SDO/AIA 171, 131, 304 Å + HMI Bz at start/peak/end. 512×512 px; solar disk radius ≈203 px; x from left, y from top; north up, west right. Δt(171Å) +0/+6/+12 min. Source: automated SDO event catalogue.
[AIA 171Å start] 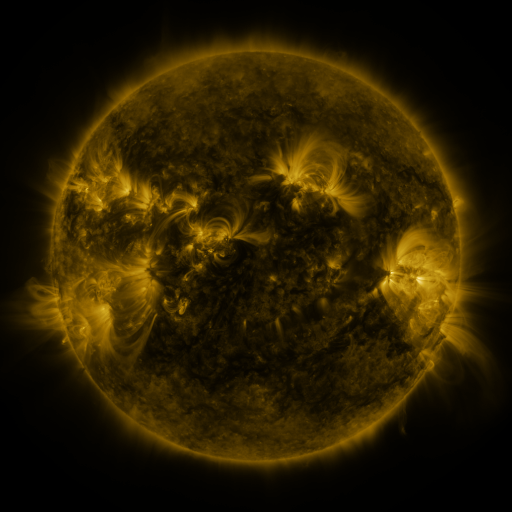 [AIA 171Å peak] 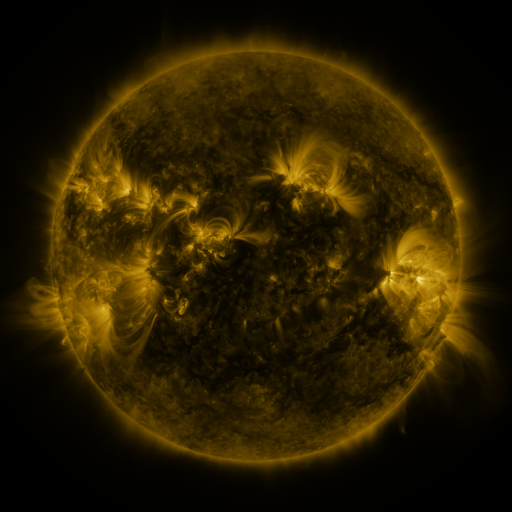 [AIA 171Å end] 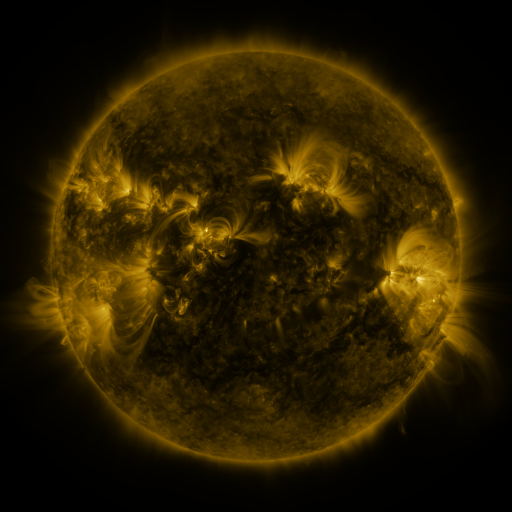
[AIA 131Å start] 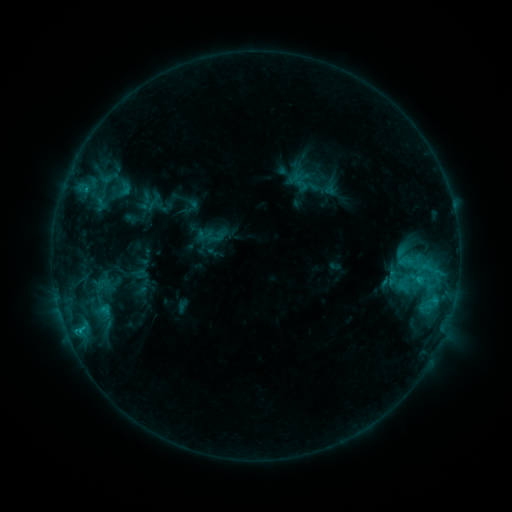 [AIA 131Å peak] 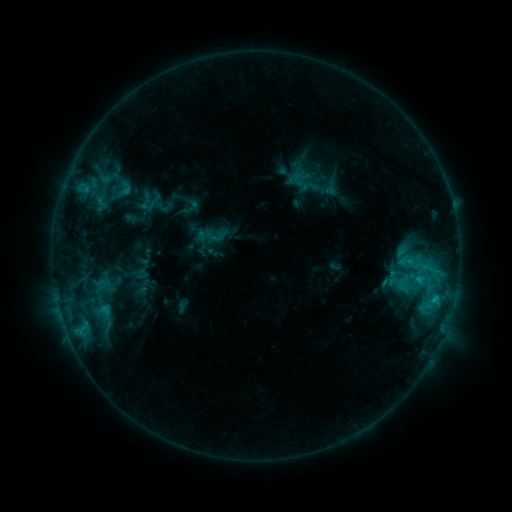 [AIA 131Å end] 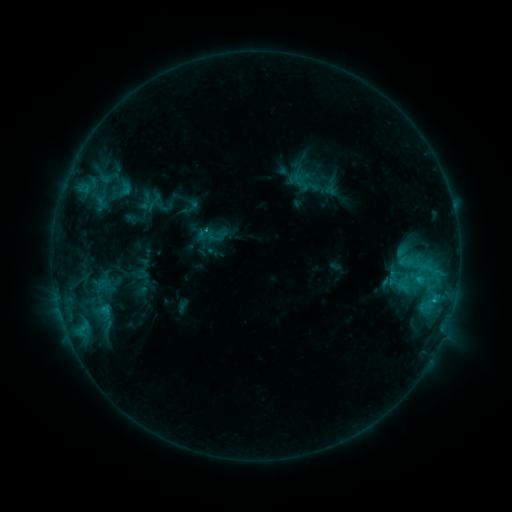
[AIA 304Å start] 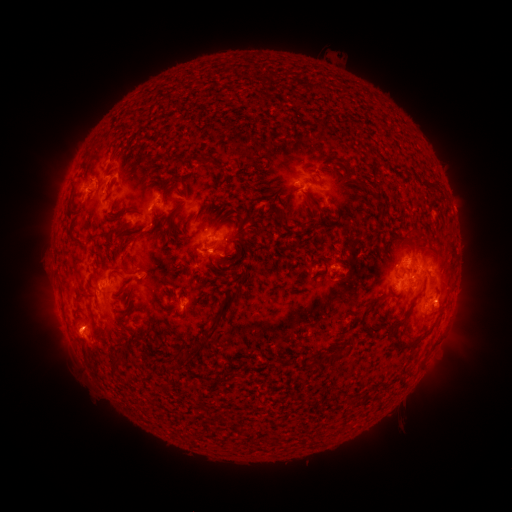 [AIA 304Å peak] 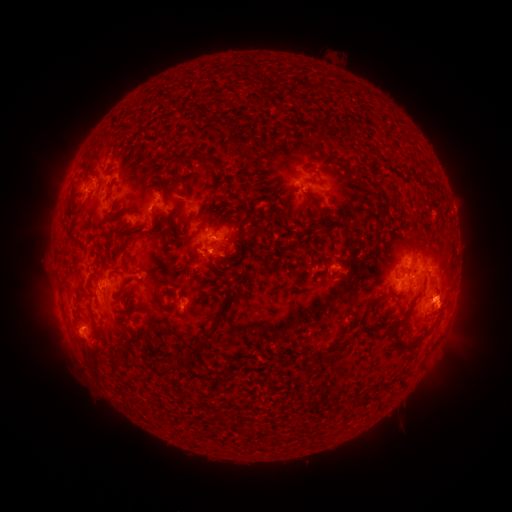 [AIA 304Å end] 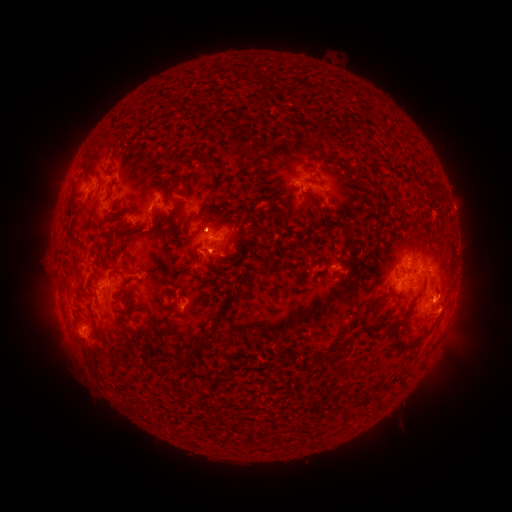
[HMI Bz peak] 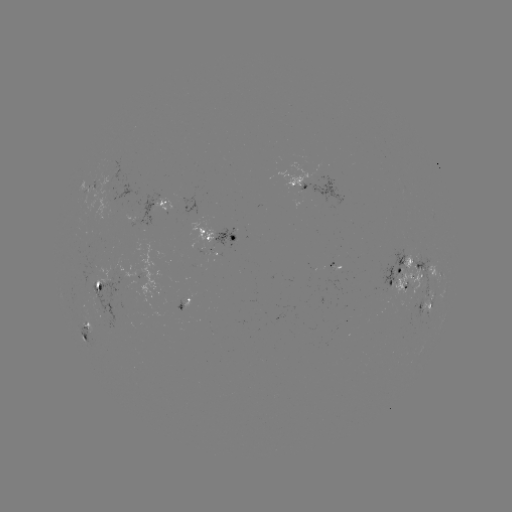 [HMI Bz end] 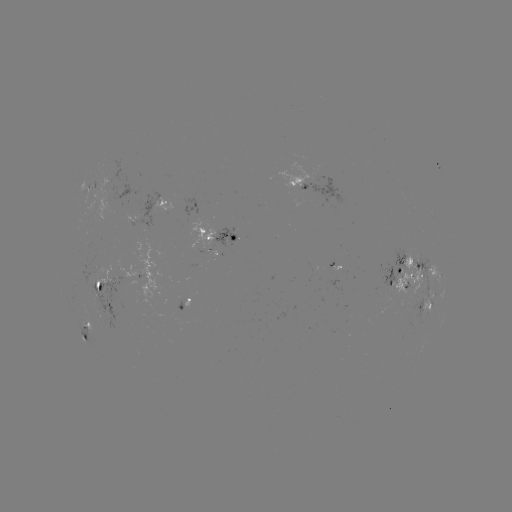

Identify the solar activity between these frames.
eruption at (451, 308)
